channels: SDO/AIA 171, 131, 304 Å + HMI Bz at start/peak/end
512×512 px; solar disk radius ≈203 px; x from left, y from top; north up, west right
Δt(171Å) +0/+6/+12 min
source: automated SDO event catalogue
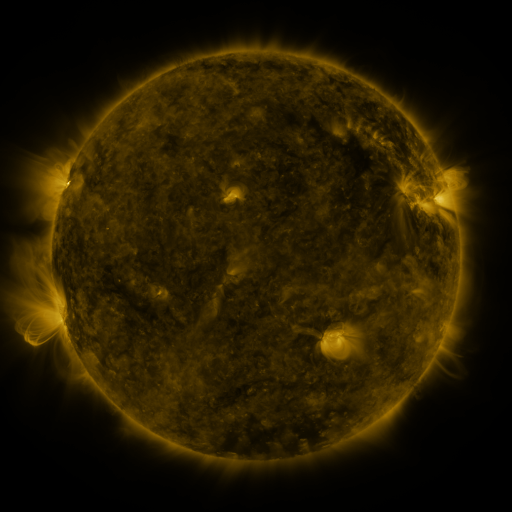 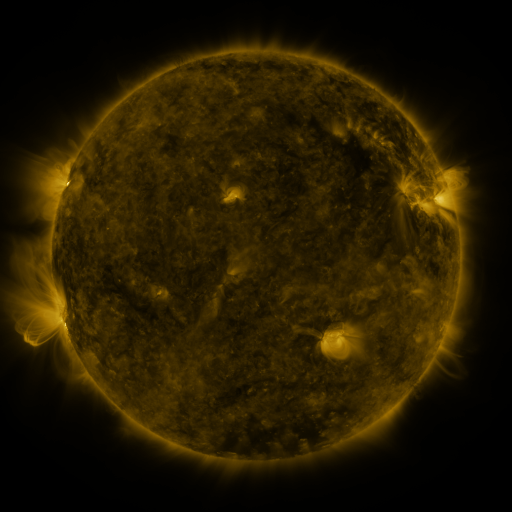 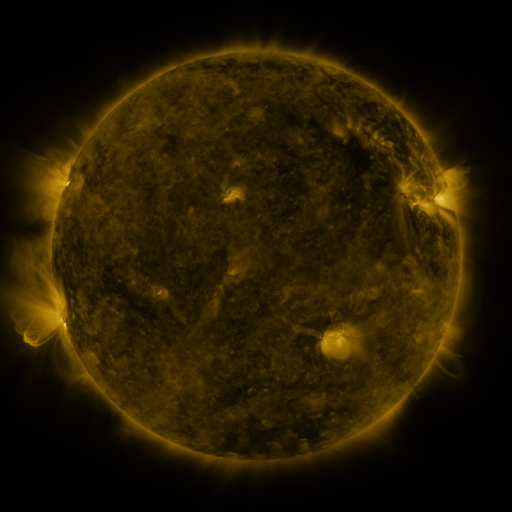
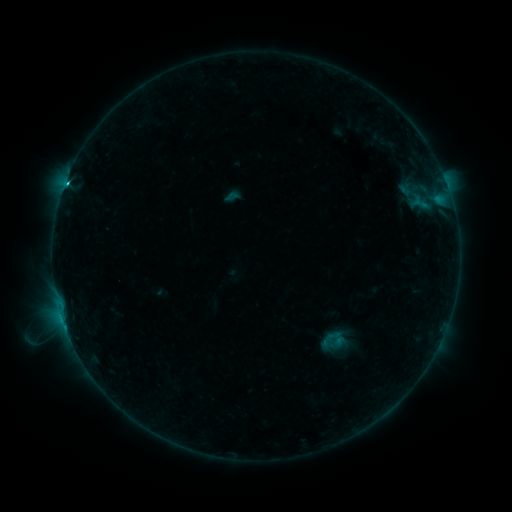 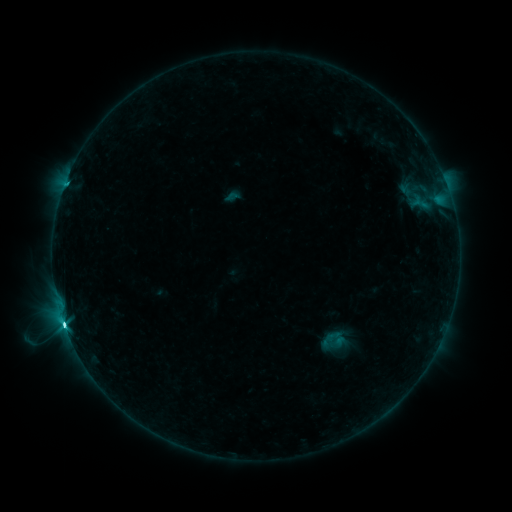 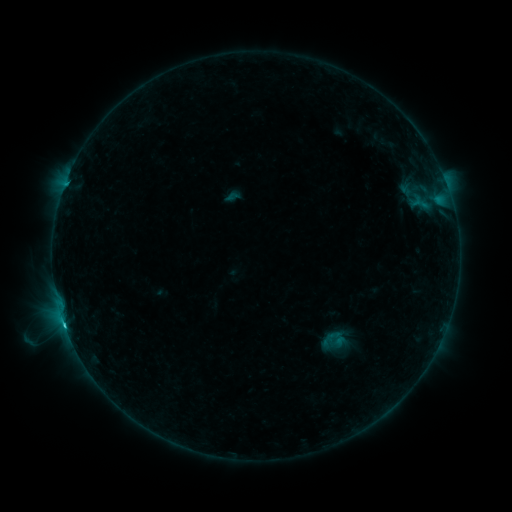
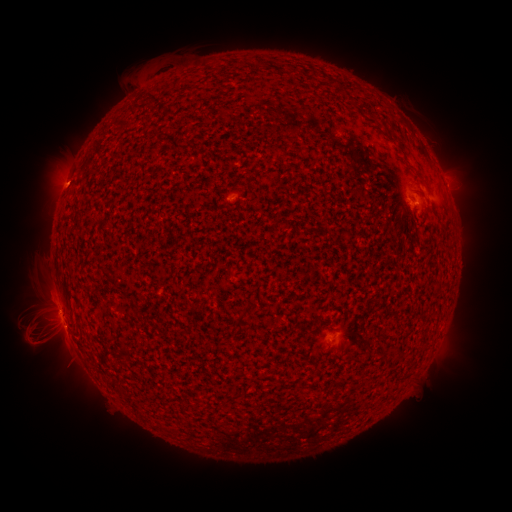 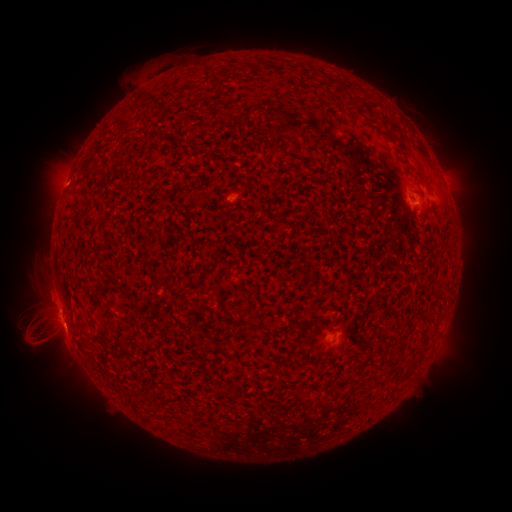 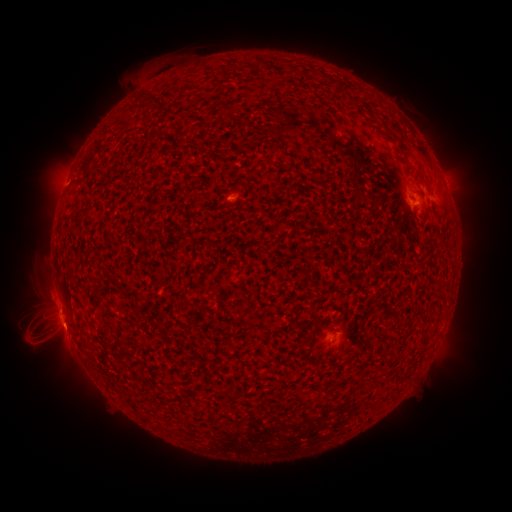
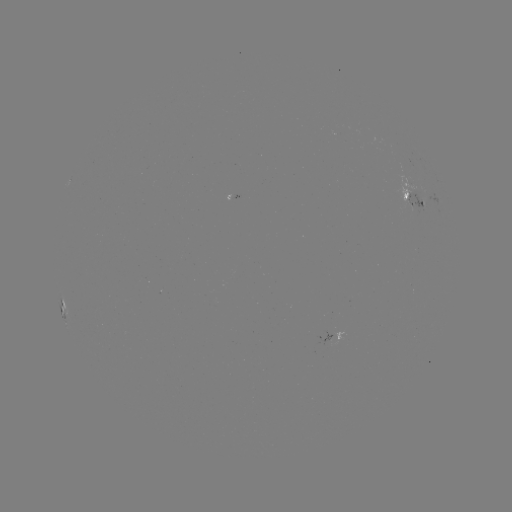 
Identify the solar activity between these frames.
C3.9 flare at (64, 320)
